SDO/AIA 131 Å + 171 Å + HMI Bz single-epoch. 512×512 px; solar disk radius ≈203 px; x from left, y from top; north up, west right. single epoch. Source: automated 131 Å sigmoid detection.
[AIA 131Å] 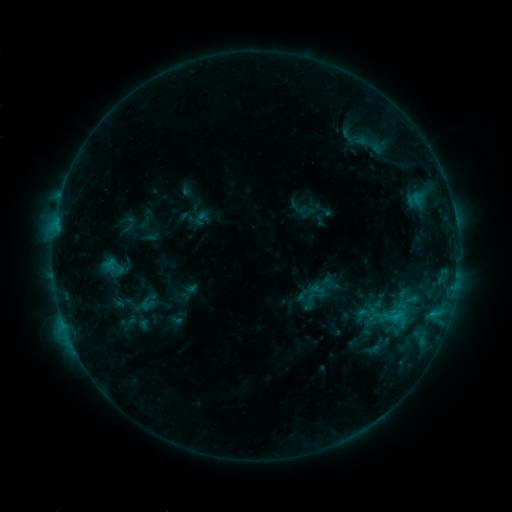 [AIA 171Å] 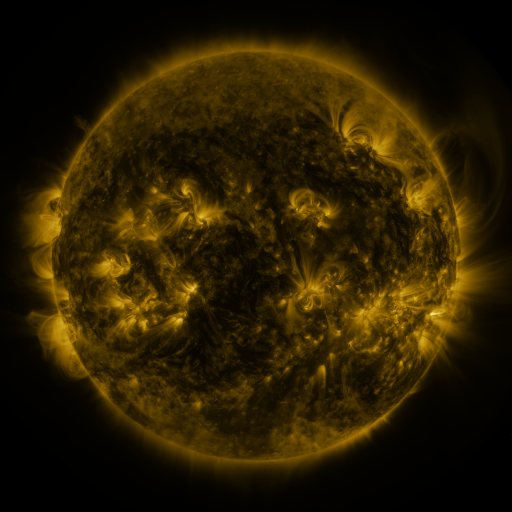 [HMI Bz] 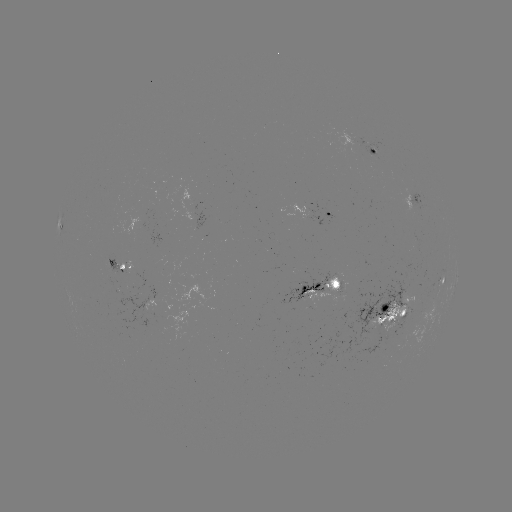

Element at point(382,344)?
sigmoid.